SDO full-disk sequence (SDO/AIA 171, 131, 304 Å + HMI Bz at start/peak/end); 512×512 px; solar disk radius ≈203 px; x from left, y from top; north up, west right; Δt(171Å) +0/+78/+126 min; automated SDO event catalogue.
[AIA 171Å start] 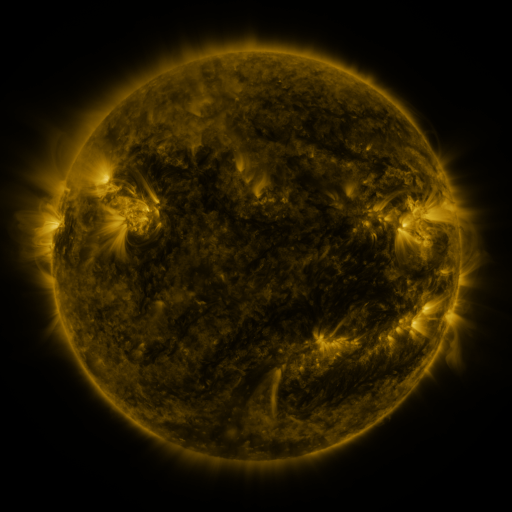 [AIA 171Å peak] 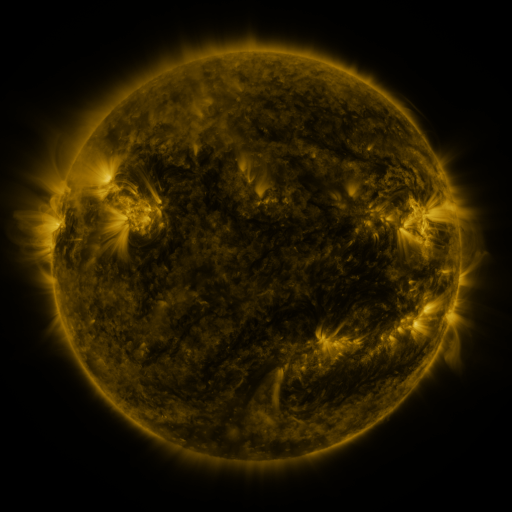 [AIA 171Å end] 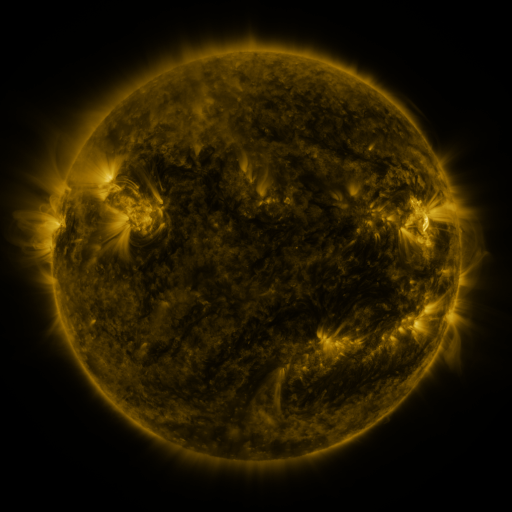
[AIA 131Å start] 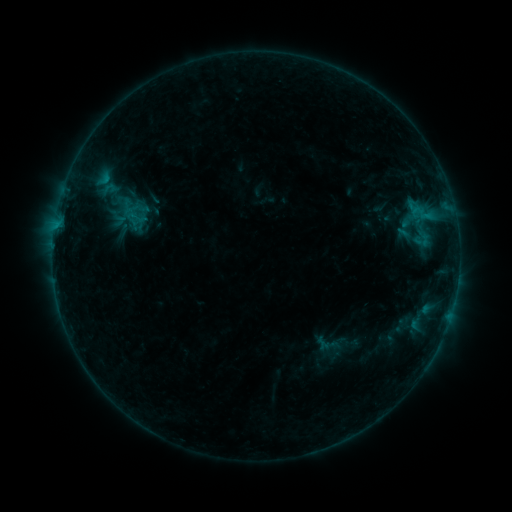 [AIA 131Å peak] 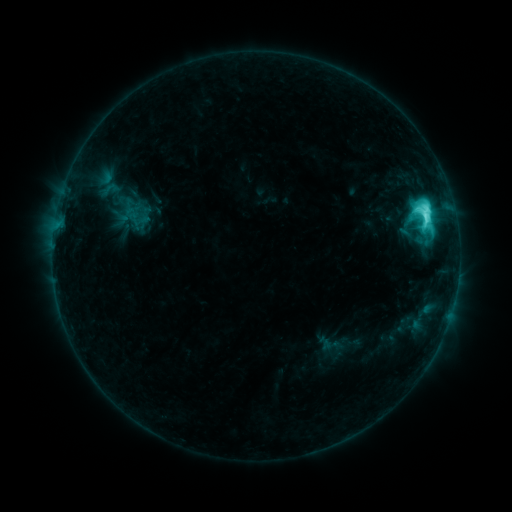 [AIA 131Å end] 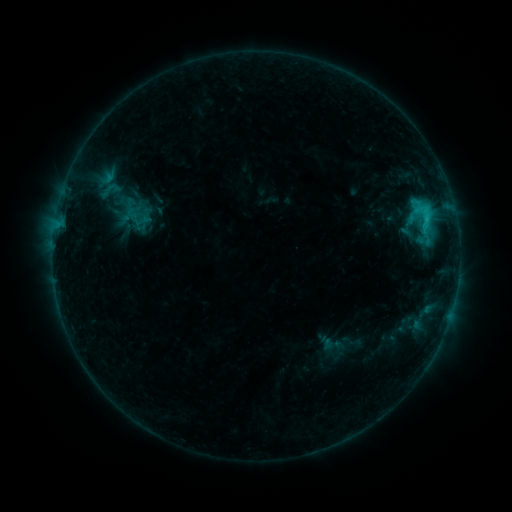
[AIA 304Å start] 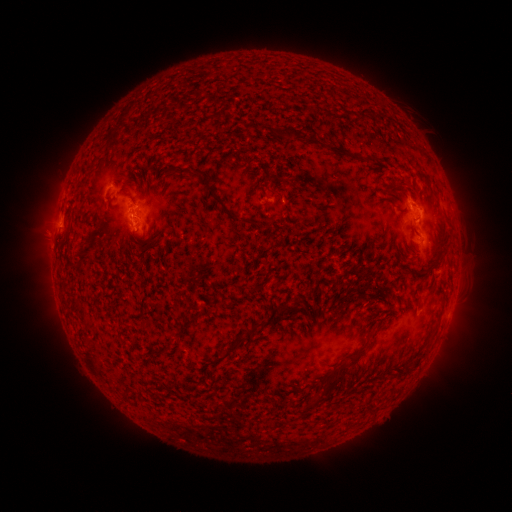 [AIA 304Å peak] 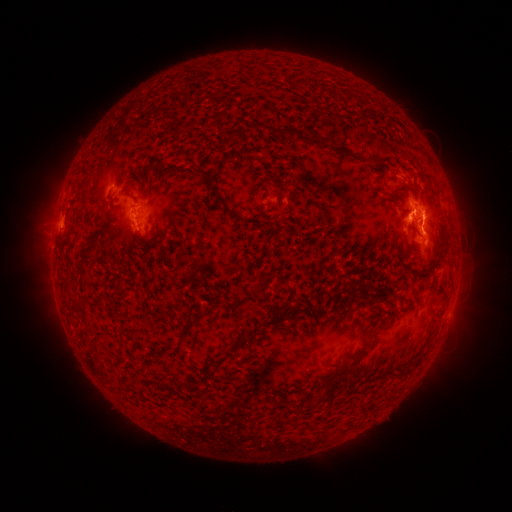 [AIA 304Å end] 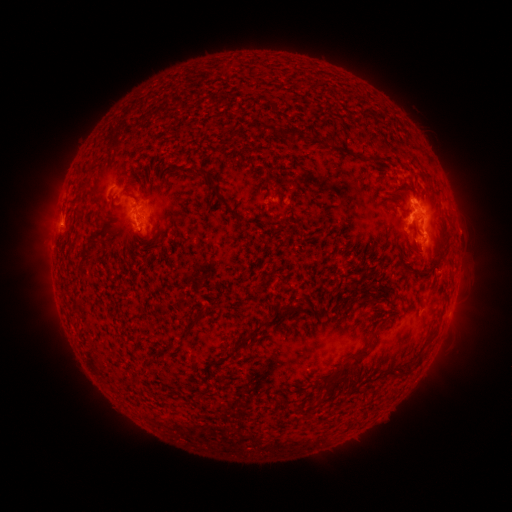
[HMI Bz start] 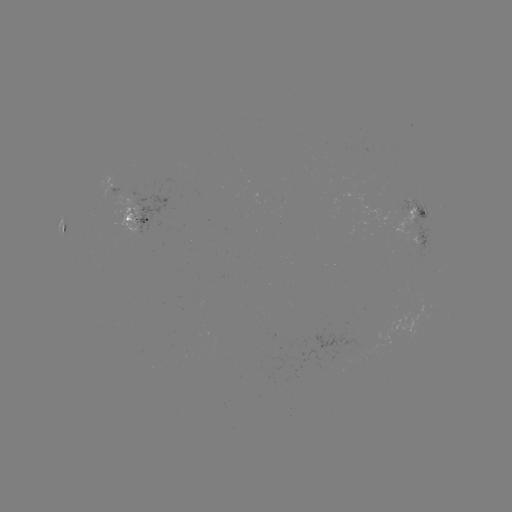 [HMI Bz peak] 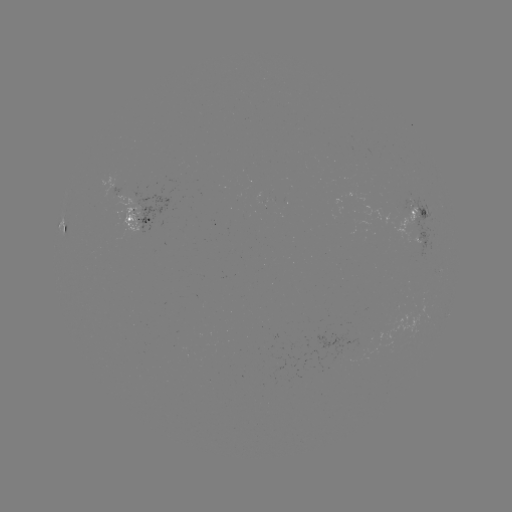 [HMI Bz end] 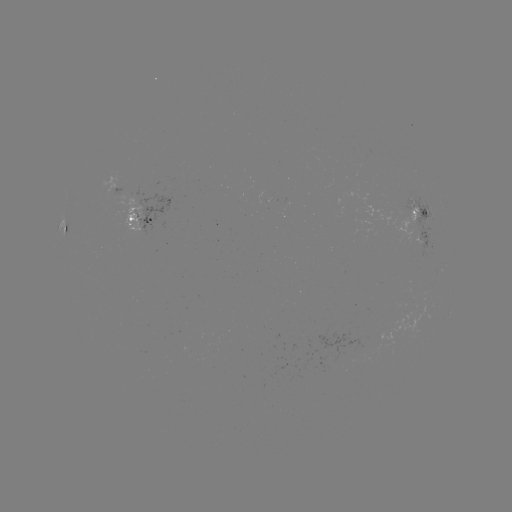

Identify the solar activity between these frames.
C8.7 flare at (424, 217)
